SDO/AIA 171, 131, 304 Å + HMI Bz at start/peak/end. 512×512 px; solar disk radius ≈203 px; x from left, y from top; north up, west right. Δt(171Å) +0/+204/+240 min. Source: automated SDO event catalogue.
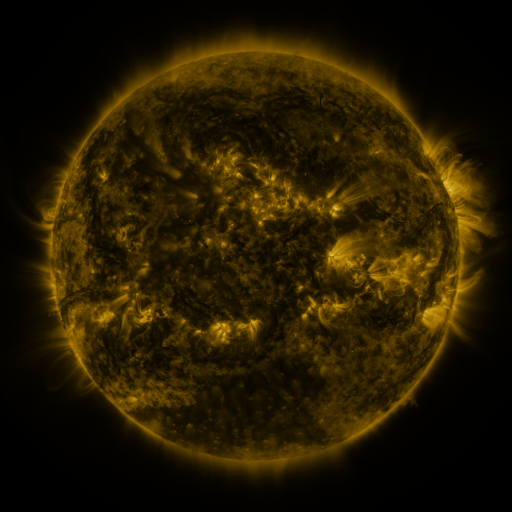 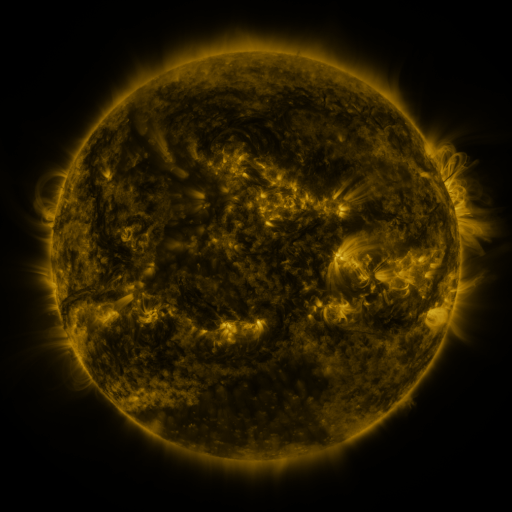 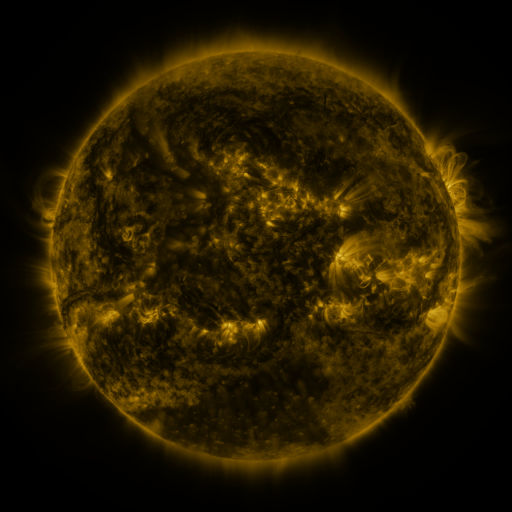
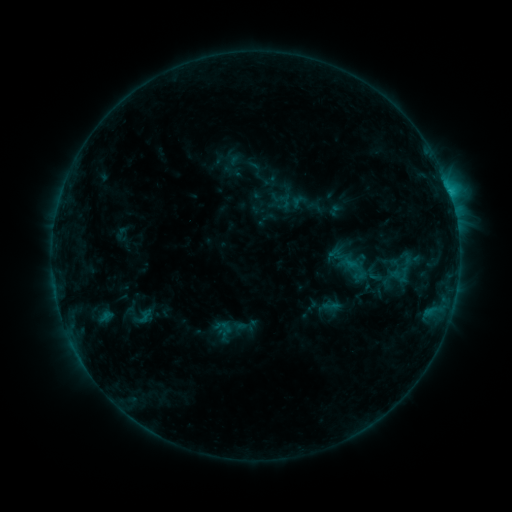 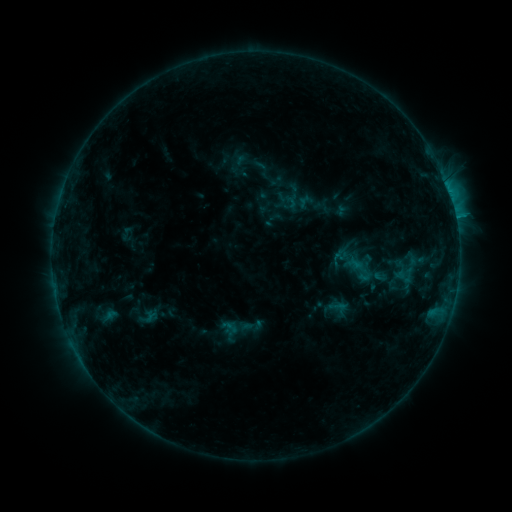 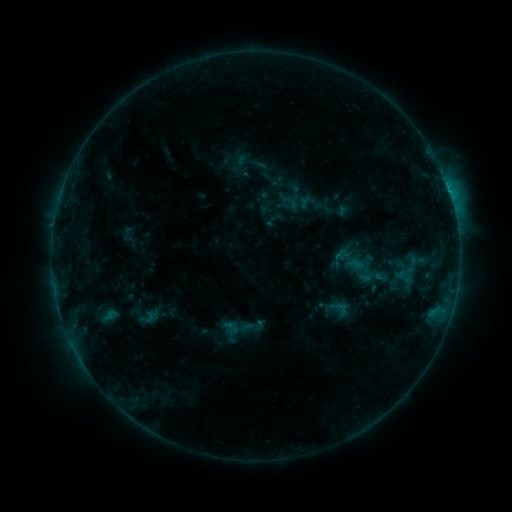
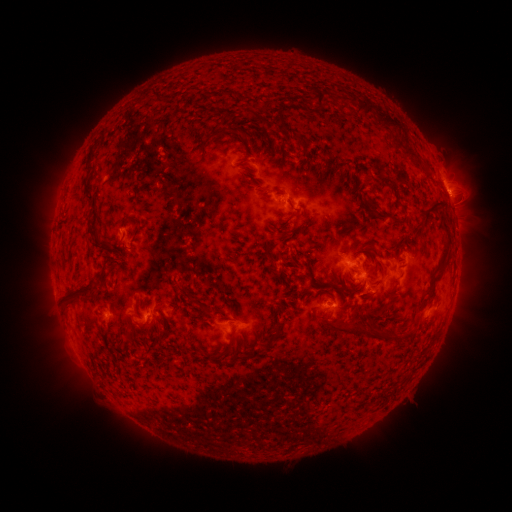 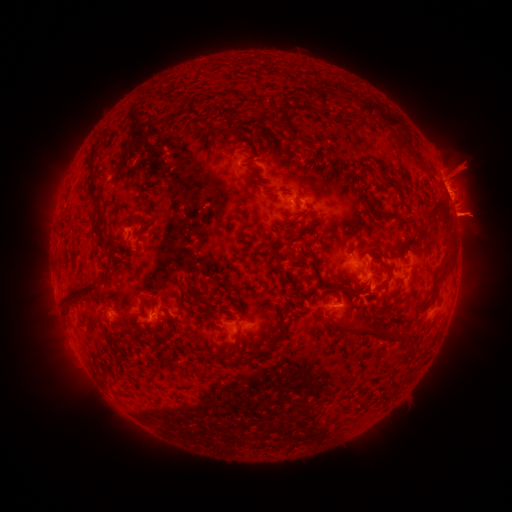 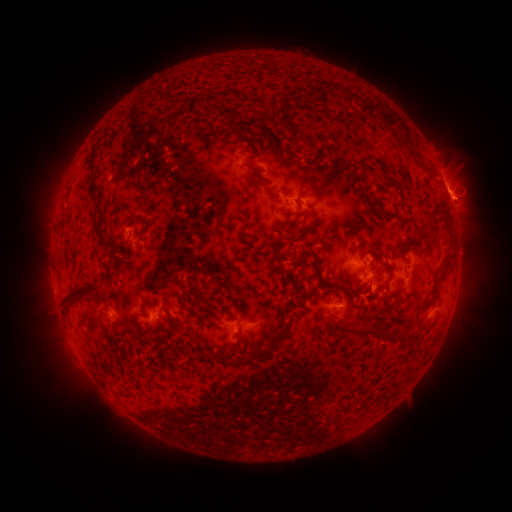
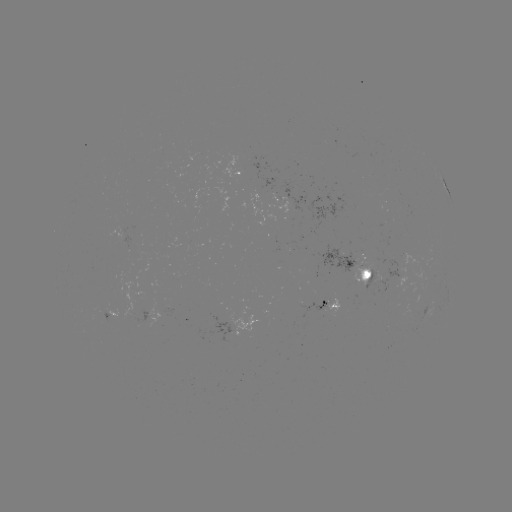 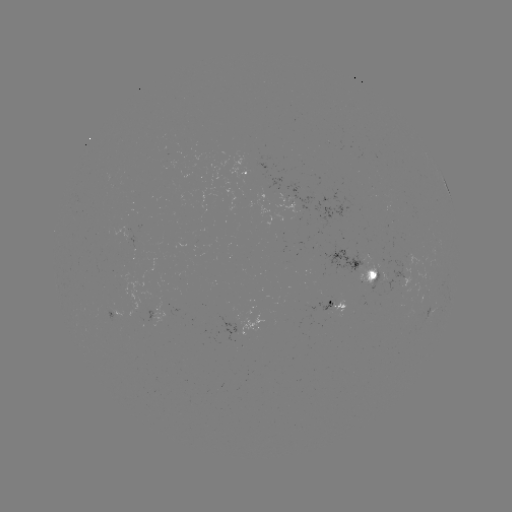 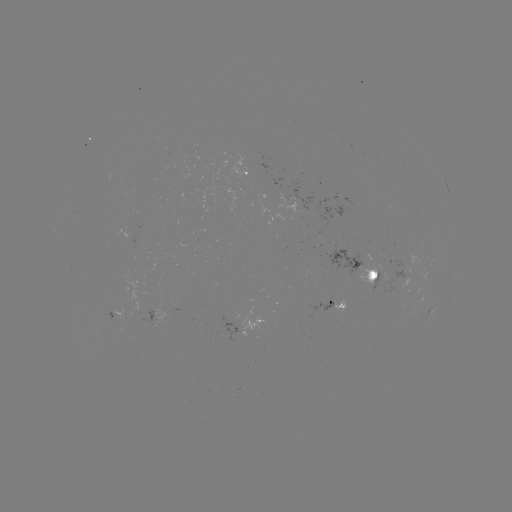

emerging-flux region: (305, 292, 340, 319)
